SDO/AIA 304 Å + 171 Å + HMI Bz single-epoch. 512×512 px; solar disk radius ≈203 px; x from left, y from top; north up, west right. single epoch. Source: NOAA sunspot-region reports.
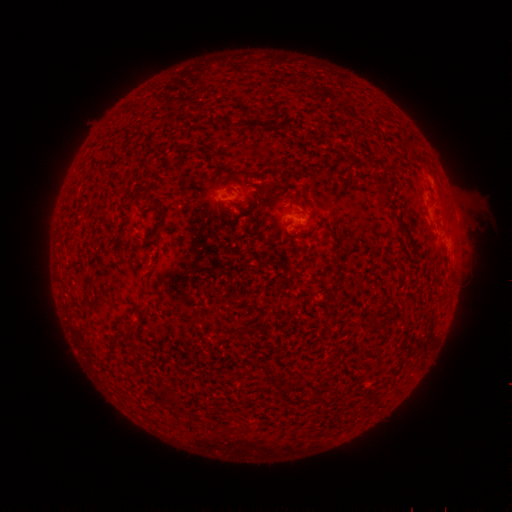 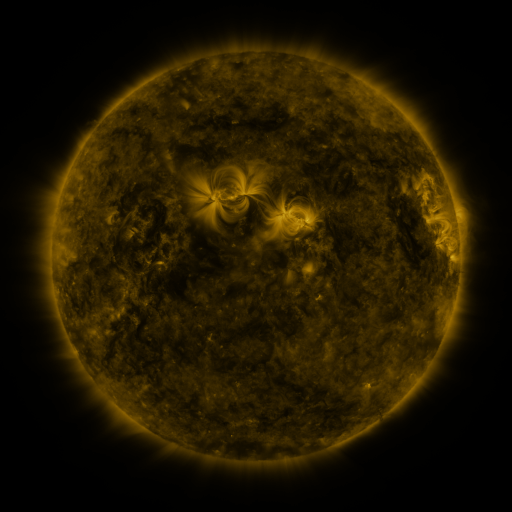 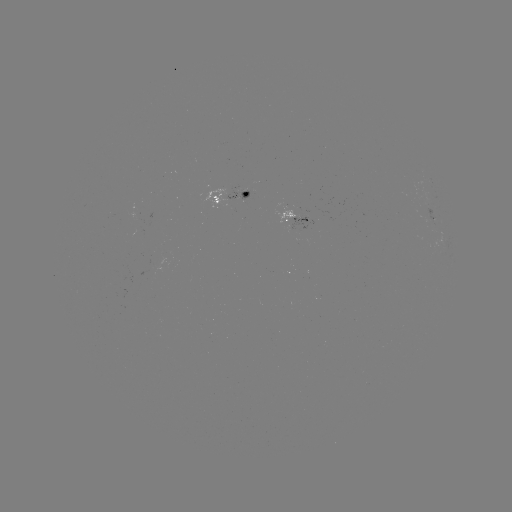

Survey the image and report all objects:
spotted active region: (231, 195)
spotted active region: (298, 216)
spotted active region: (435, 219)
